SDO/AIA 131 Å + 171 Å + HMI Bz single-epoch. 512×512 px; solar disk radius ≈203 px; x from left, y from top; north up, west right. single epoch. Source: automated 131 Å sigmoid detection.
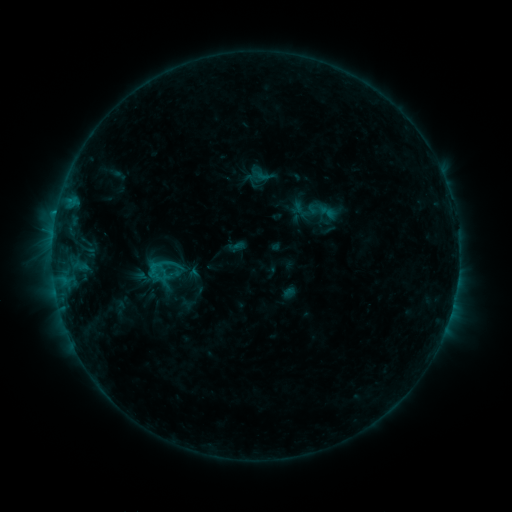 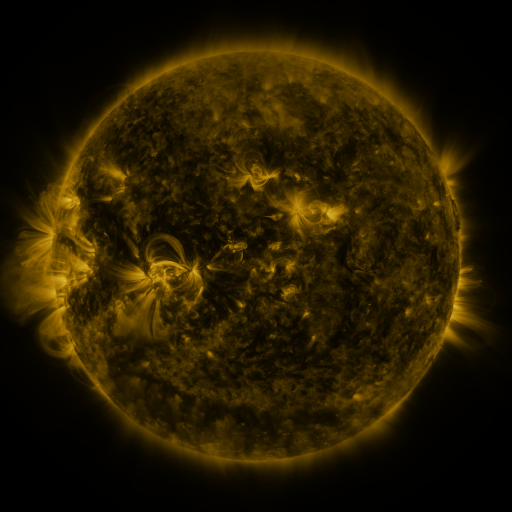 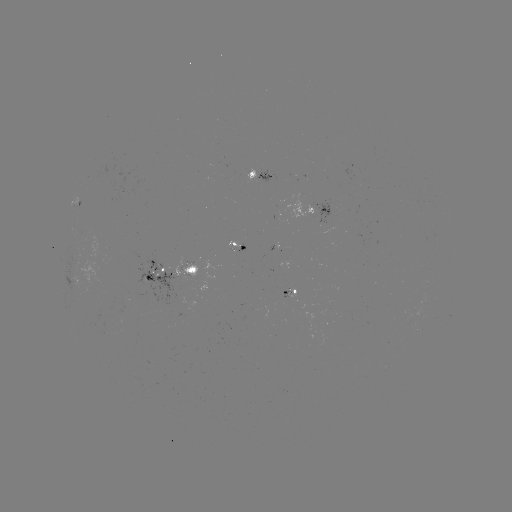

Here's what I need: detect sigmoid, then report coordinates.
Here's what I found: sigmoid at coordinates [159, 272].